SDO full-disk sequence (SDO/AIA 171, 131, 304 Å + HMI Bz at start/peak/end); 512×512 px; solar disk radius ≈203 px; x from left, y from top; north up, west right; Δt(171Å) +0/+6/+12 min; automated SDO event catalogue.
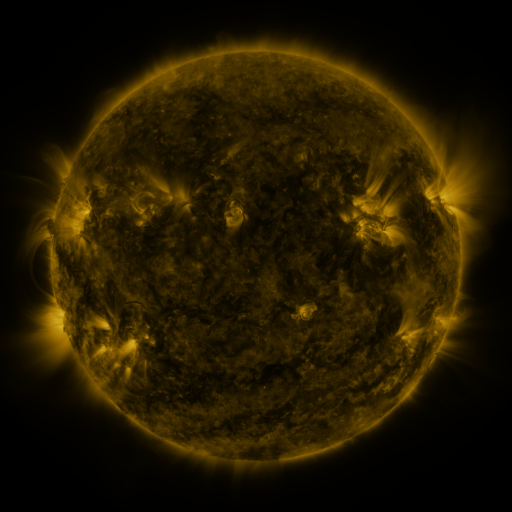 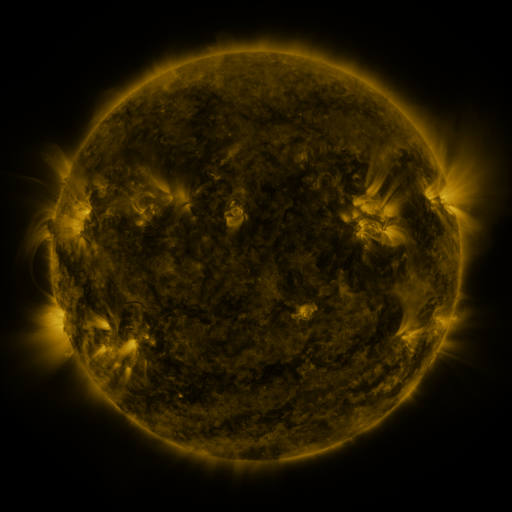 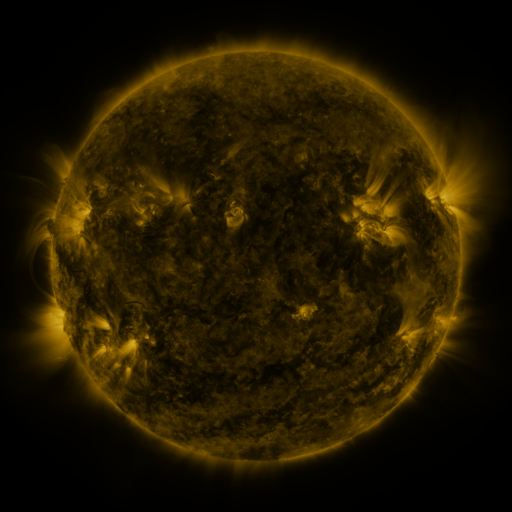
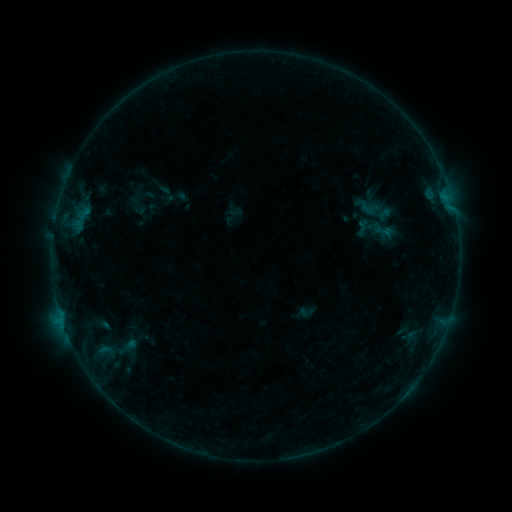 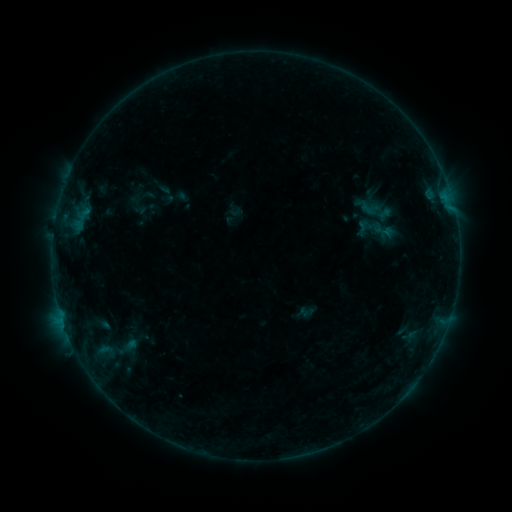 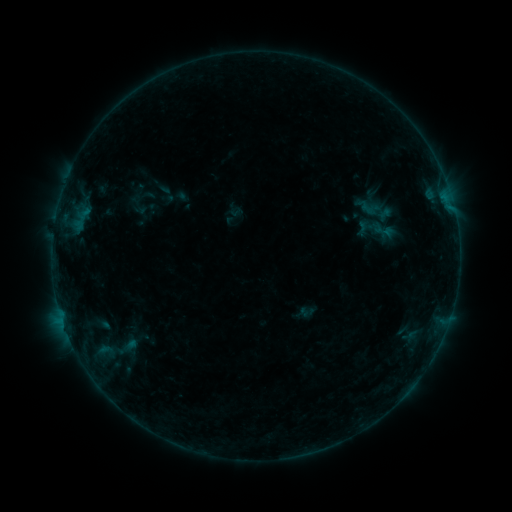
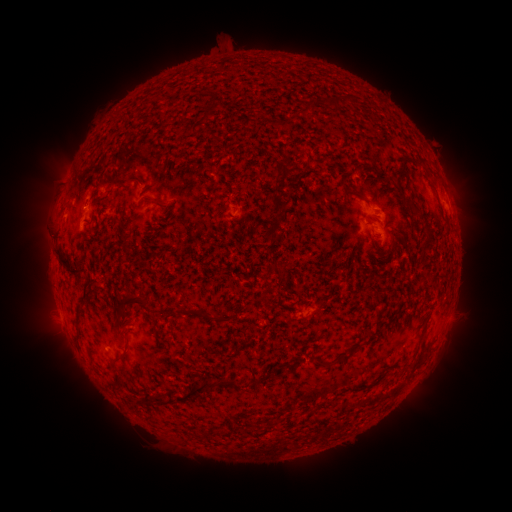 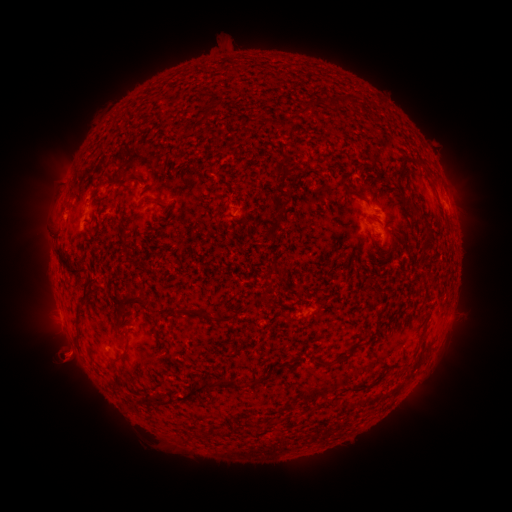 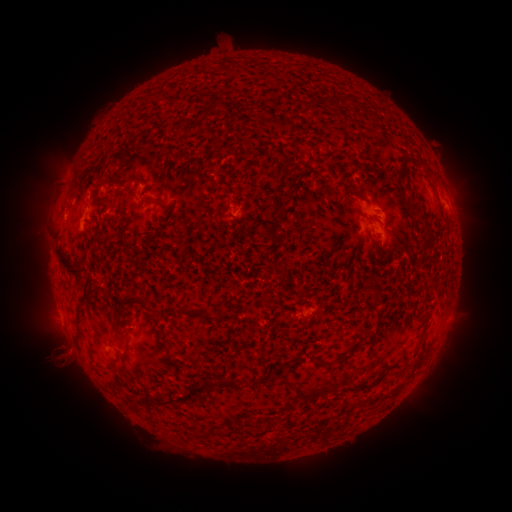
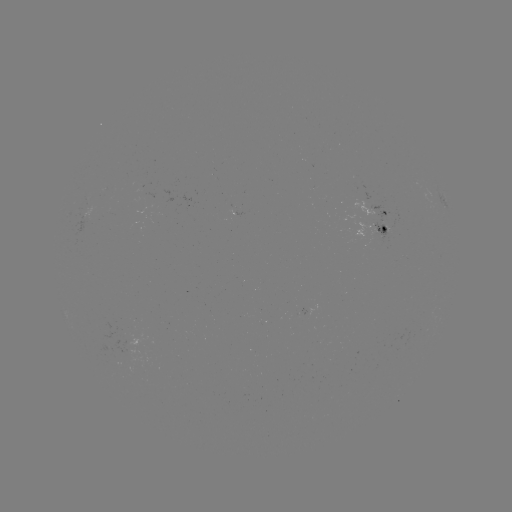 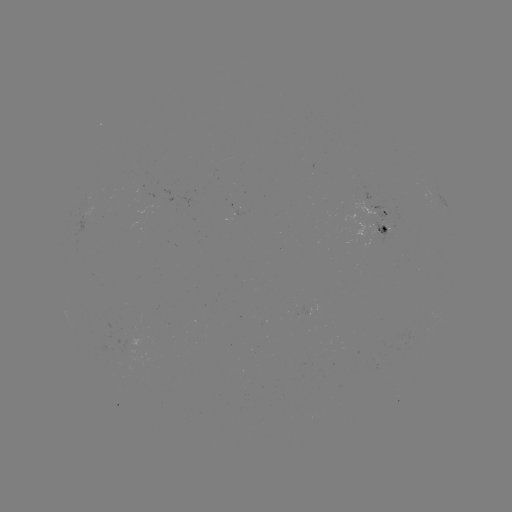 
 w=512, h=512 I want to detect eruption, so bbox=[33, 329, 93, 388].